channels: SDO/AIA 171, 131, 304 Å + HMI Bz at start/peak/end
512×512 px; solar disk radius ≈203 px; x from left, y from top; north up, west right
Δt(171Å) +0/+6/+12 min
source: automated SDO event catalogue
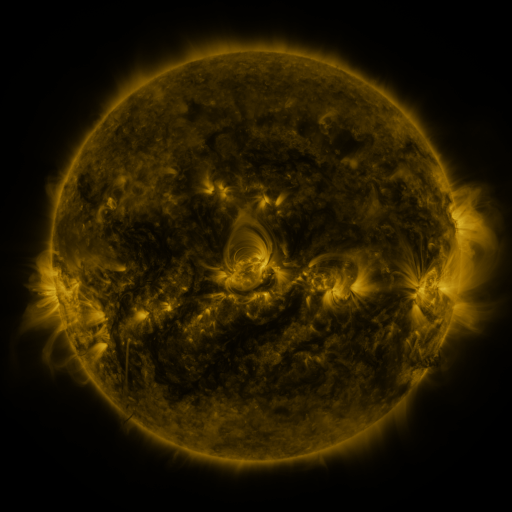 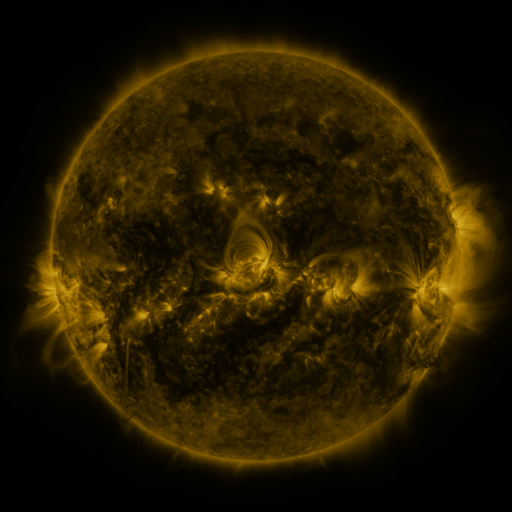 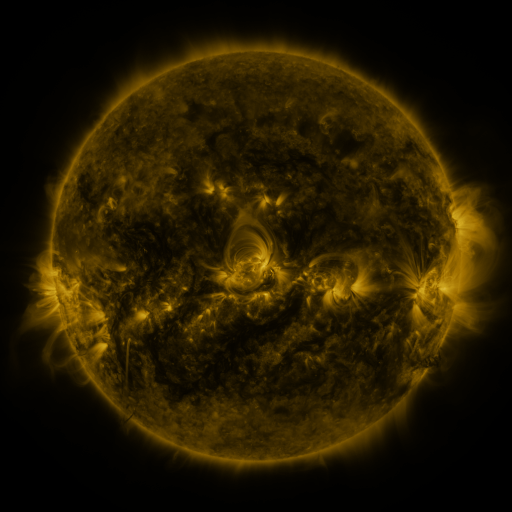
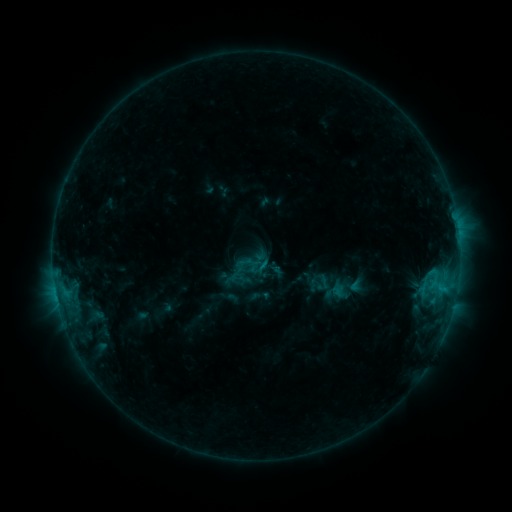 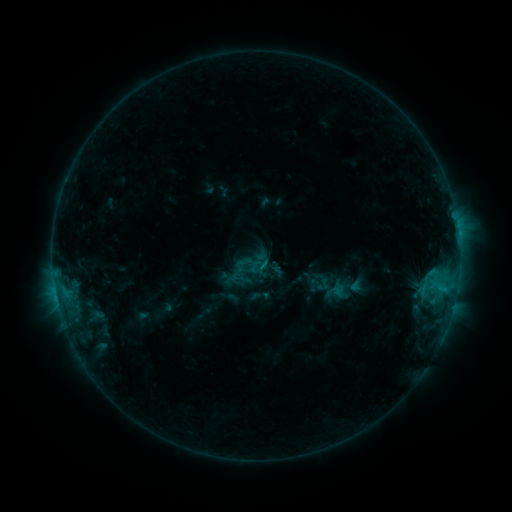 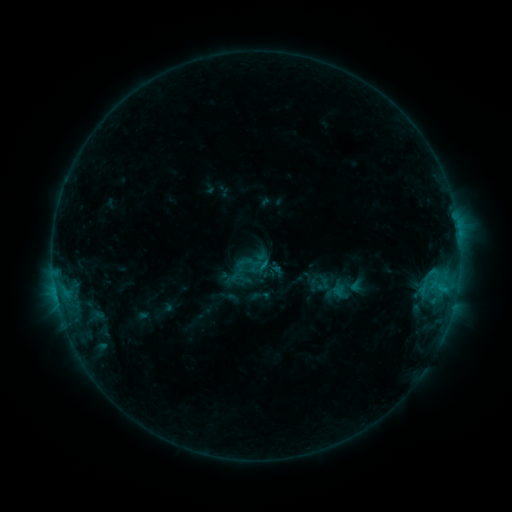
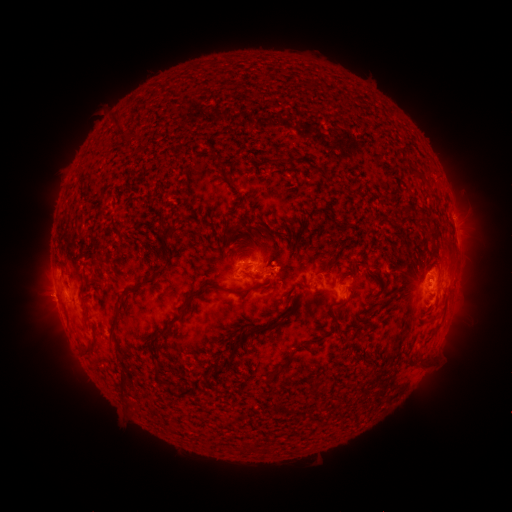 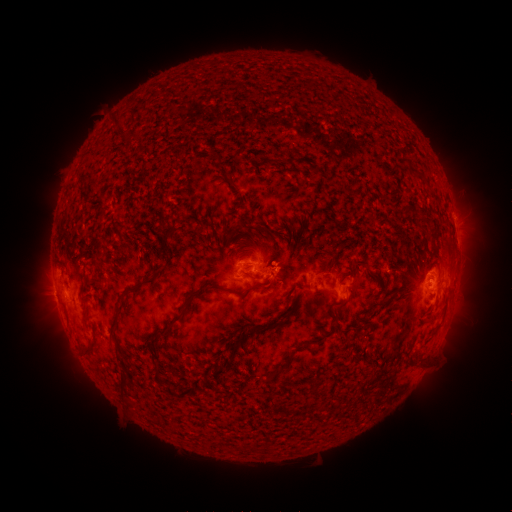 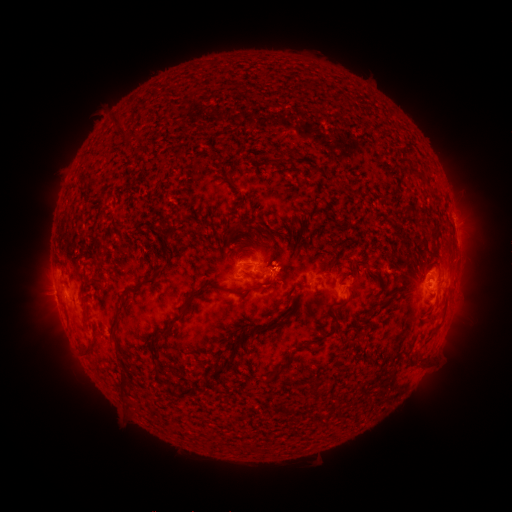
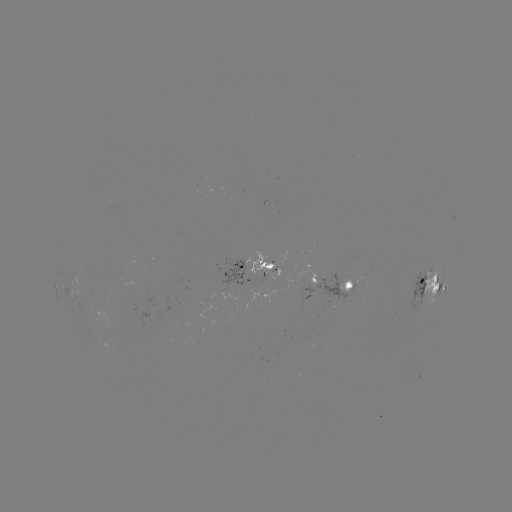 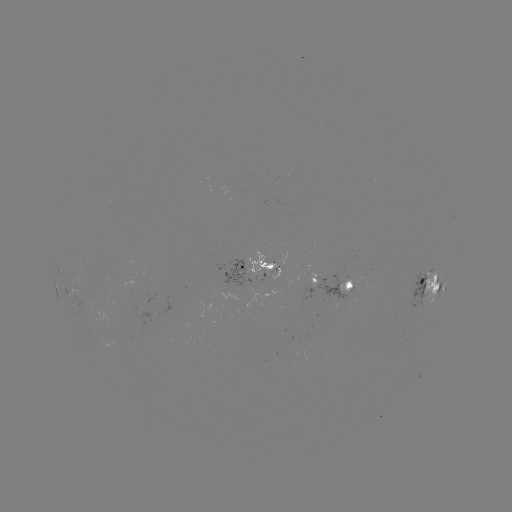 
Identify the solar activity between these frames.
nothing was catalogued: no classed flare, no EUV trigger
